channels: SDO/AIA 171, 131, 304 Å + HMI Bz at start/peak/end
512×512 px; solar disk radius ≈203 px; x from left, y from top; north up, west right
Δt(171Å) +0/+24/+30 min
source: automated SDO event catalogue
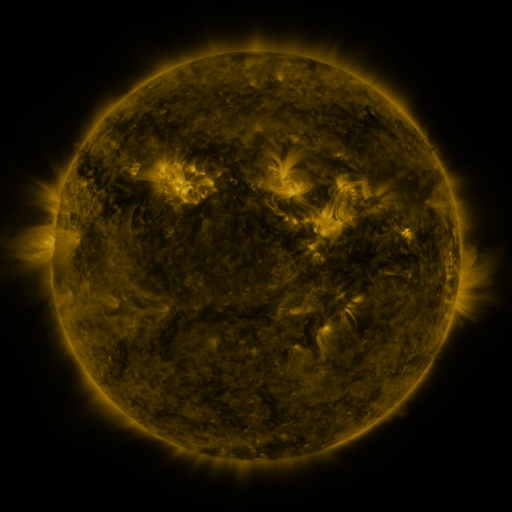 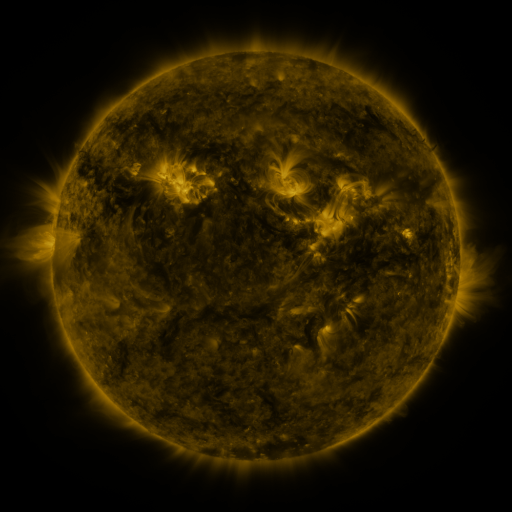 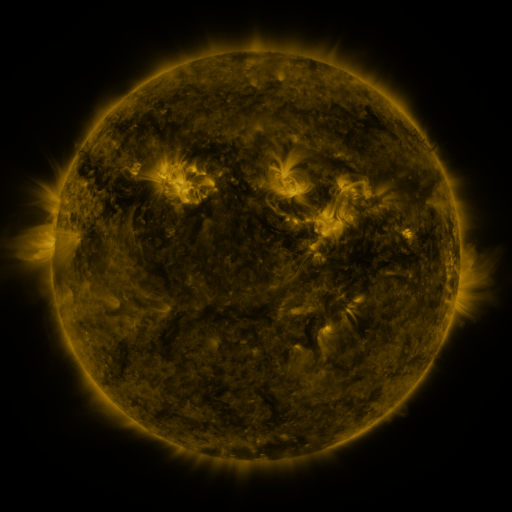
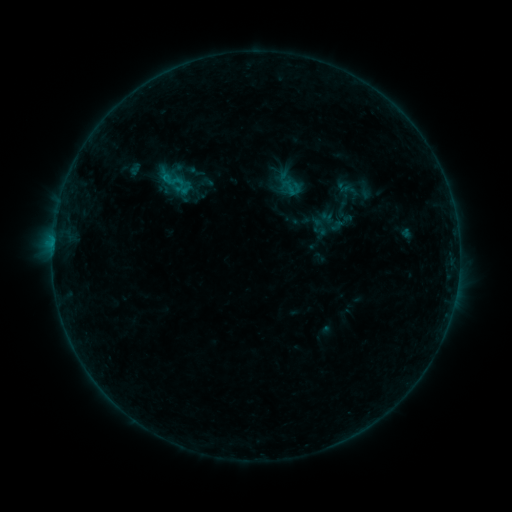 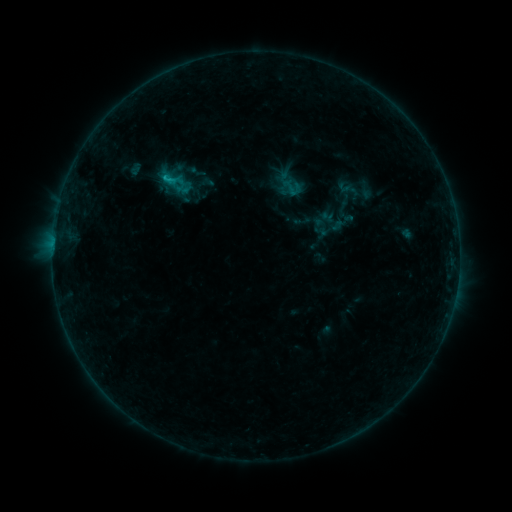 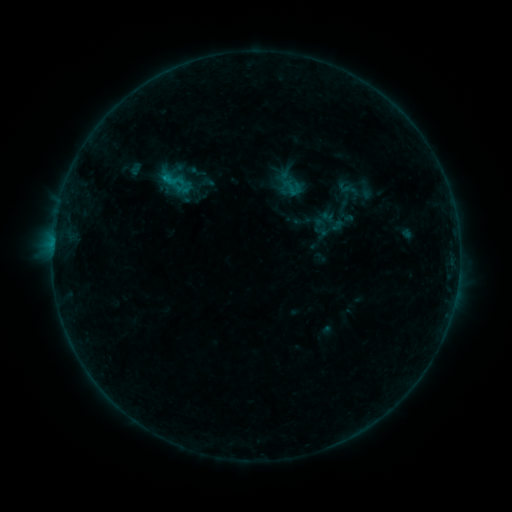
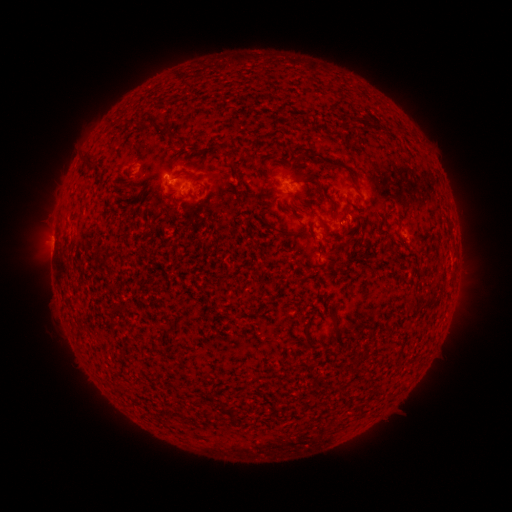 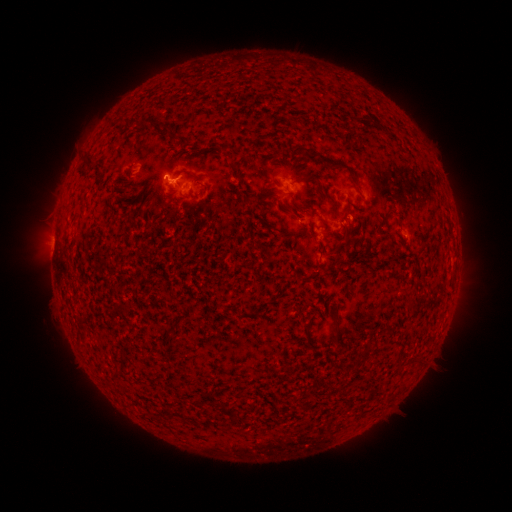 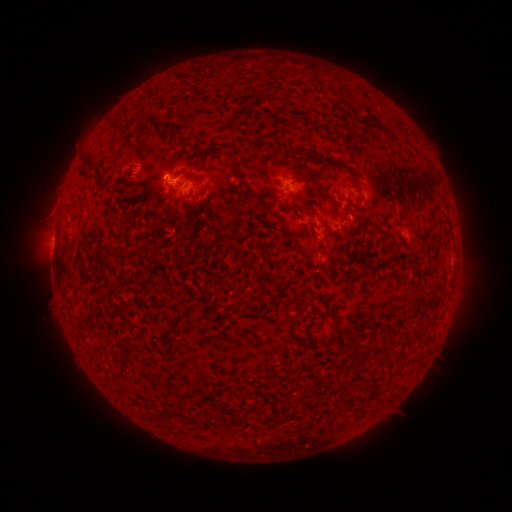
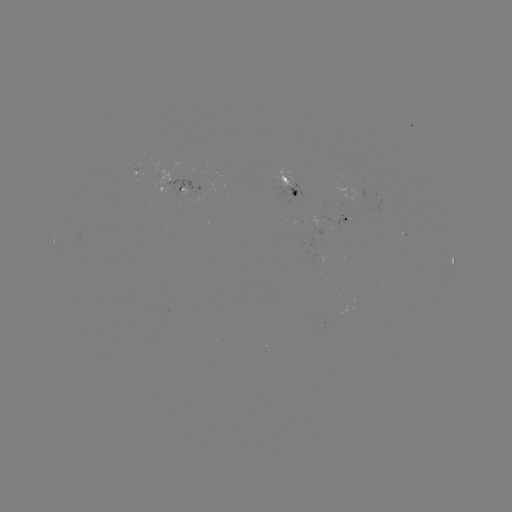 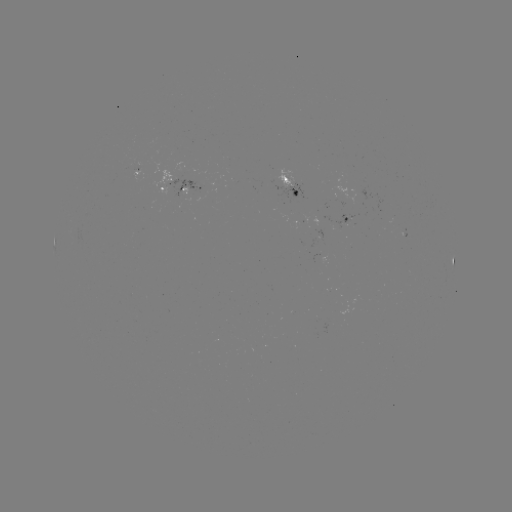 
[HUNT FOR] B5.0 flare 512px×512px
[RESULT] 167,180